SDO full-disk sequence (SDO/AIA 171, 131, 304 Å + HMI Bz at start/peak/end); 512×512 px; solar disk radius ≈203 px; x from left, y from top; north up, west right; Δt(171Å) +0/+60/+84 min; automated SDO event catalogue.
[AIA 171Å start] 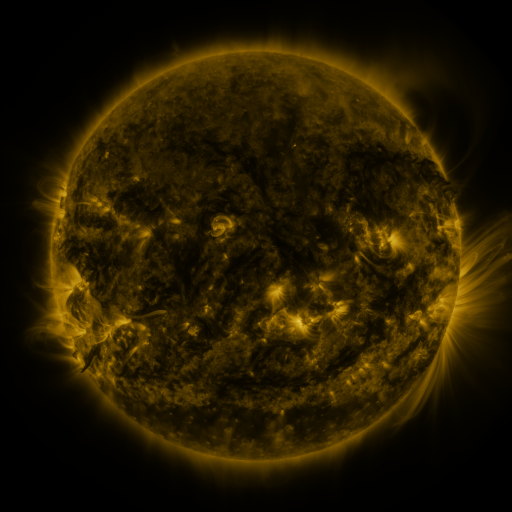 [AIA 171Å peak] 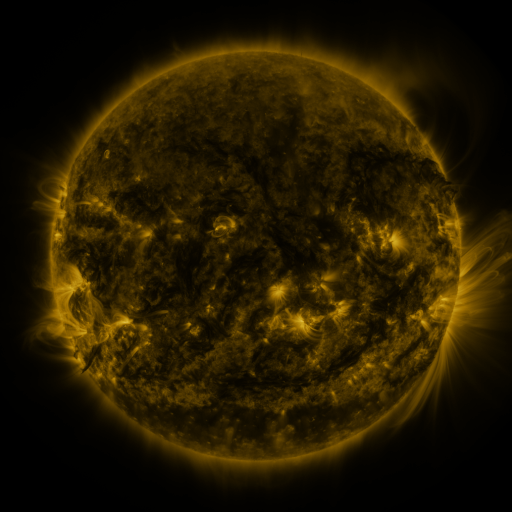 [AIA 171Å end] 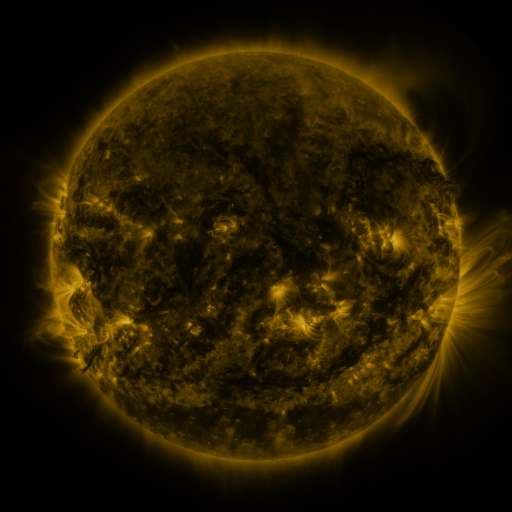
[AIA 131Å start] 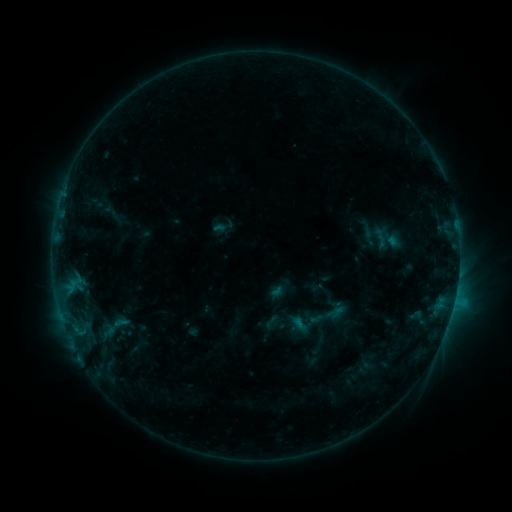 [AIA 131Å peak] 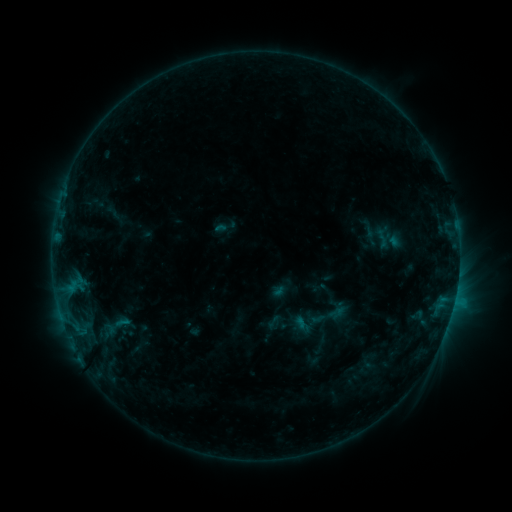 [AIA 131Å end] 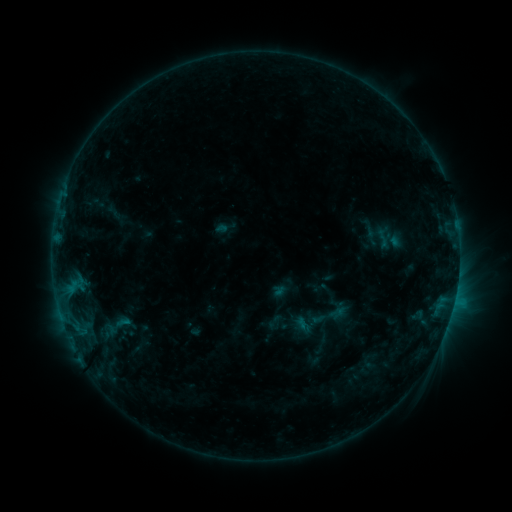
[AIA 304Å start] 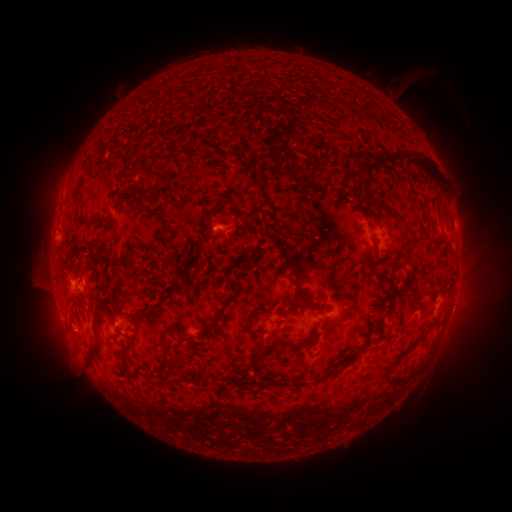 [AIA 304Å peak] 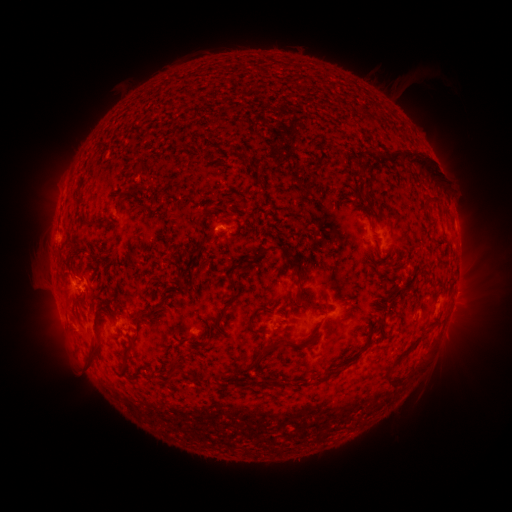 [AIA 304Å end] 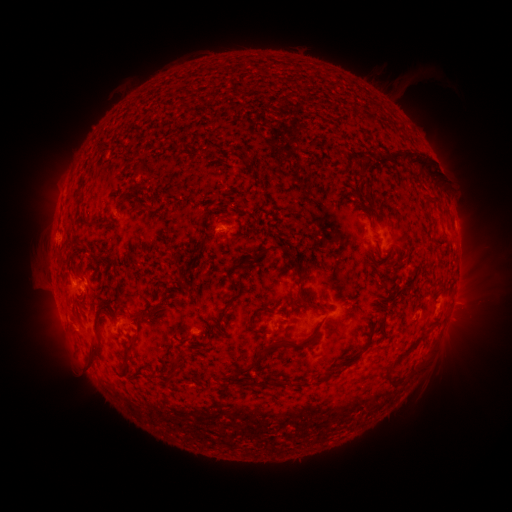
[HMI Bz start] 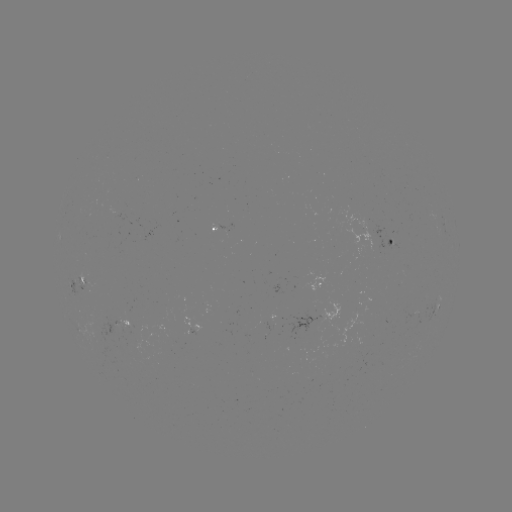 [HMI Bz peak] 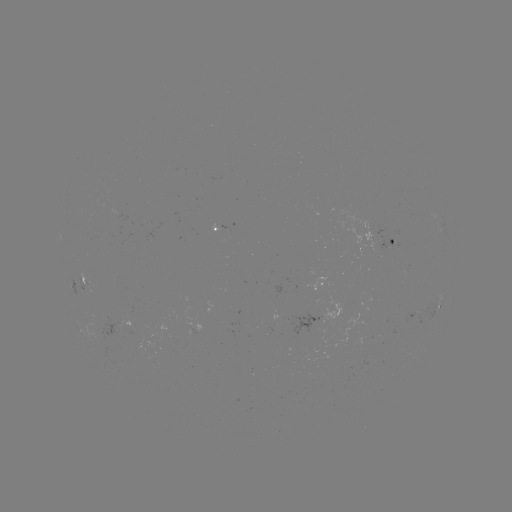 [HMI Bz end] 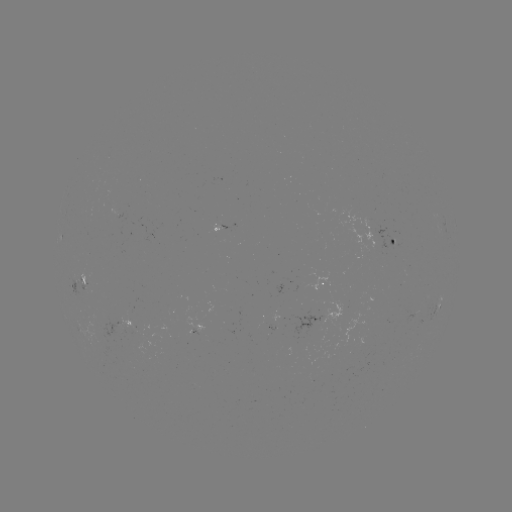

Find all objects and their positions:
emerging-flux region: (229, 232)
